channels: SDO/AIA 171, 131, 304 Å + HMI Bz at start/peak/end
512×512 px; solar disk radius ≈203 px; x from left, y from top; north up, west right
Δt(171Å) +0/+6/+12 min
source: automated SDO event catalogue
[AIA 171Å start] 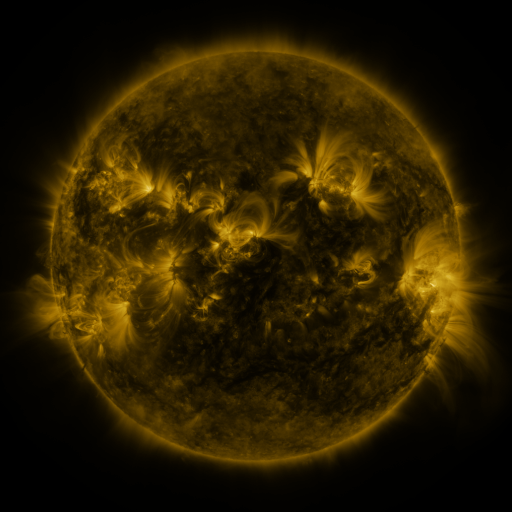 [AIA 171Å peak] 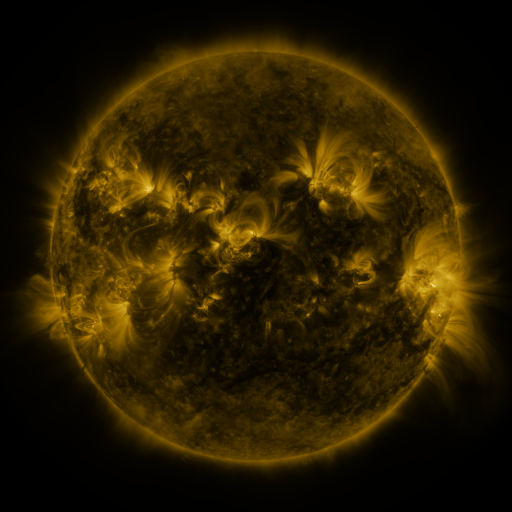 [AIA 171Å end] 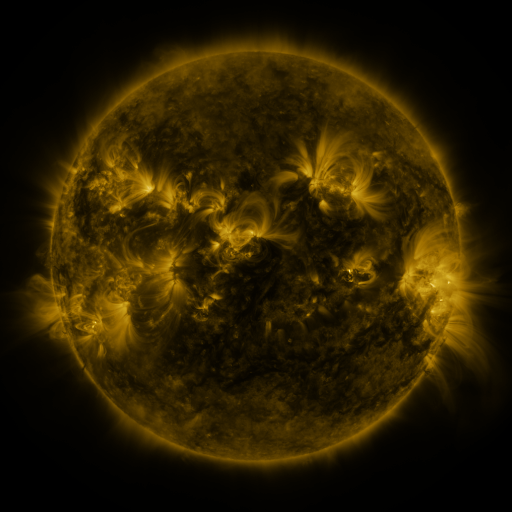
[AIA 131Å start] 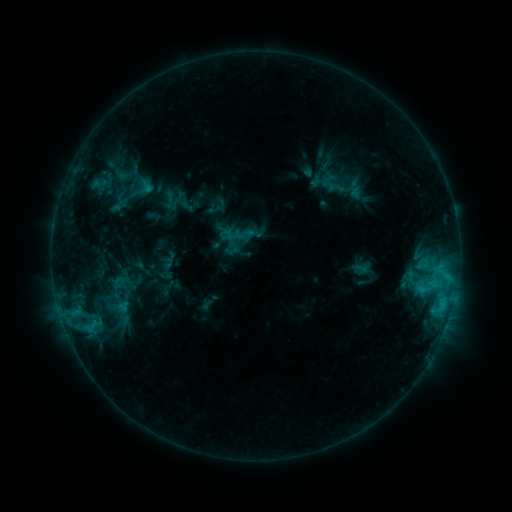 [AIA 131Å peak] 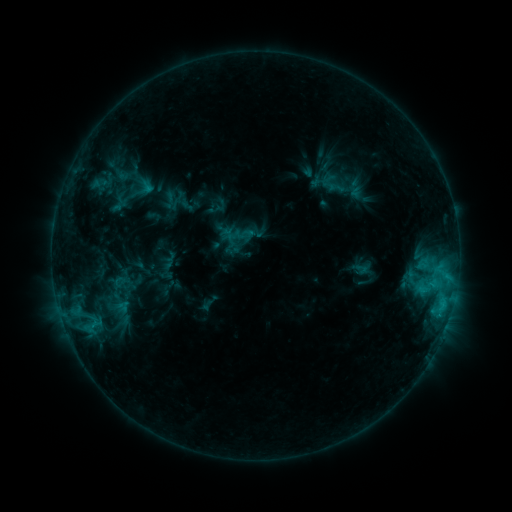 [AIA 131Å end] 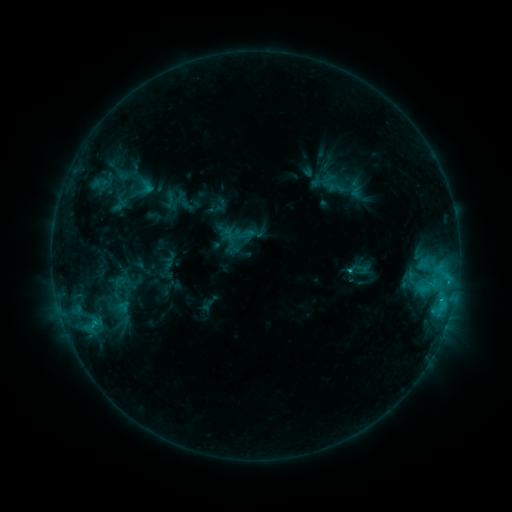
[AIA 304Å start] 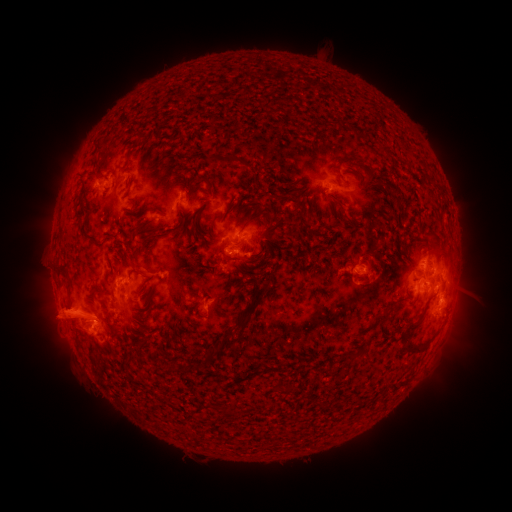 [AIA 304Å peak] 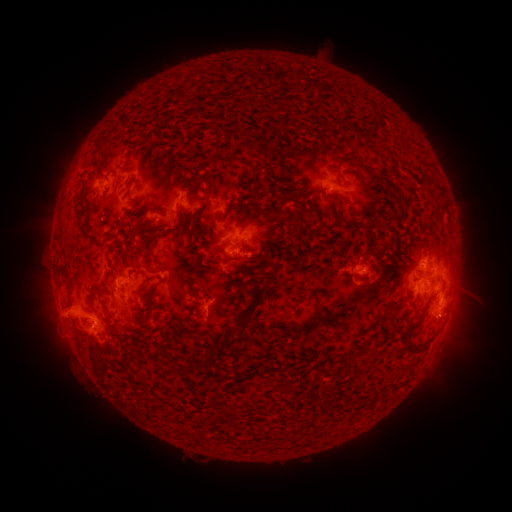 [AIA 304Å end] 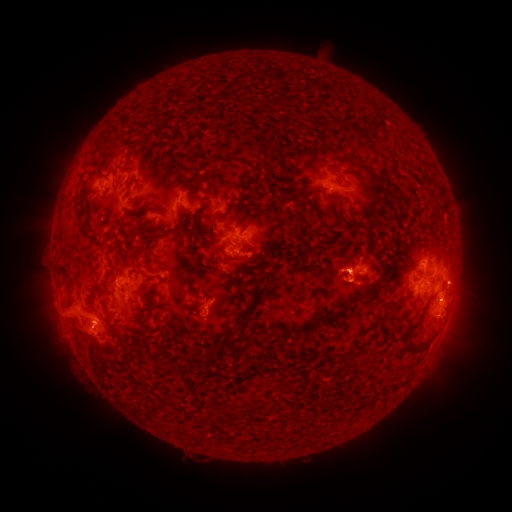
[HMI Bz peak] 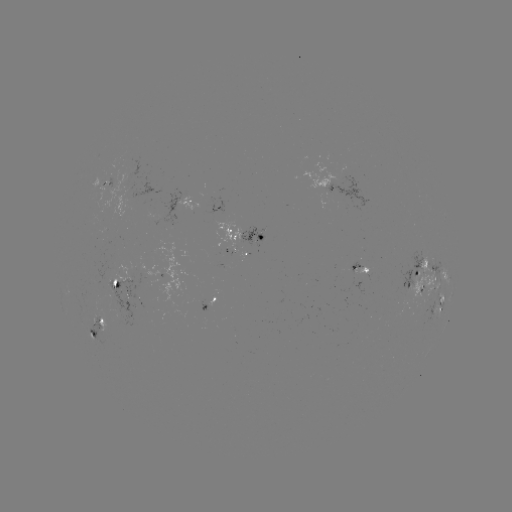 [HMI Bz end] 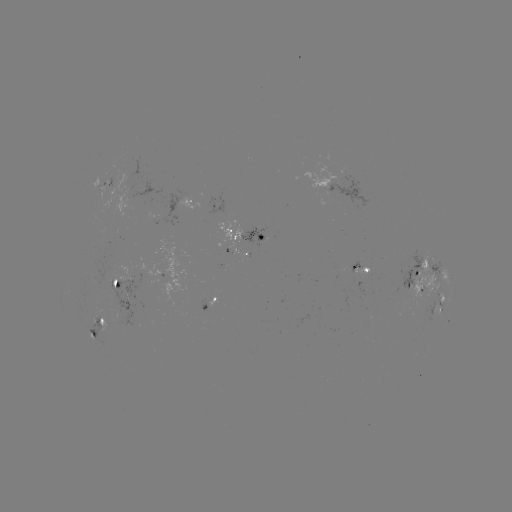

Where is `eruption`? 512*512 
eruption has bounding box [319, 230, 408, 319].